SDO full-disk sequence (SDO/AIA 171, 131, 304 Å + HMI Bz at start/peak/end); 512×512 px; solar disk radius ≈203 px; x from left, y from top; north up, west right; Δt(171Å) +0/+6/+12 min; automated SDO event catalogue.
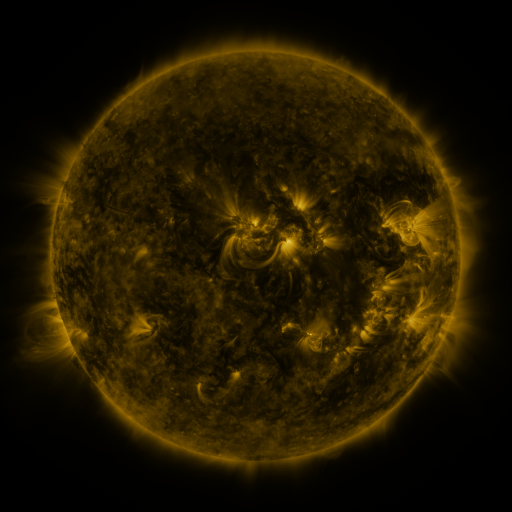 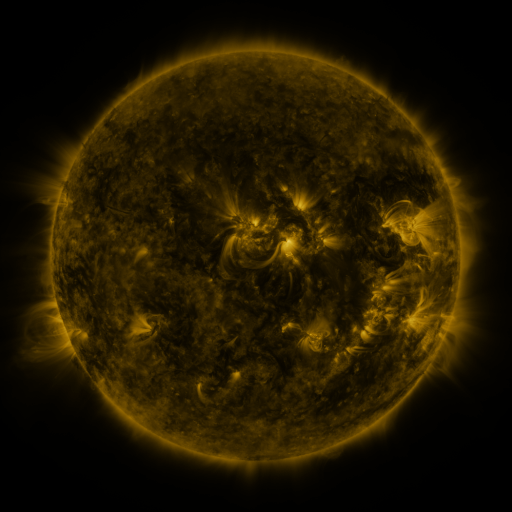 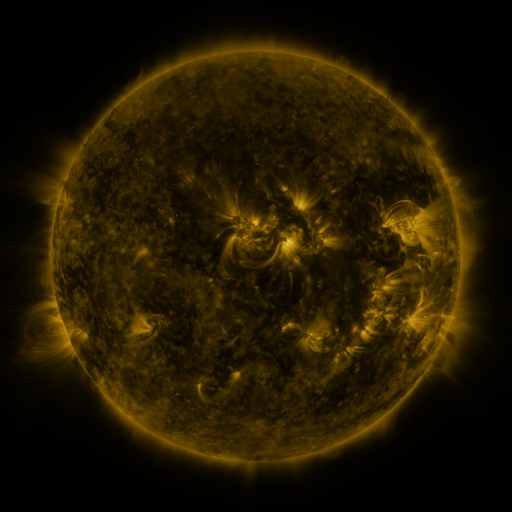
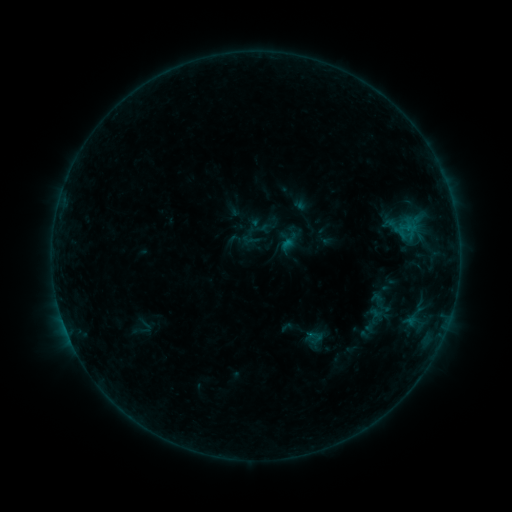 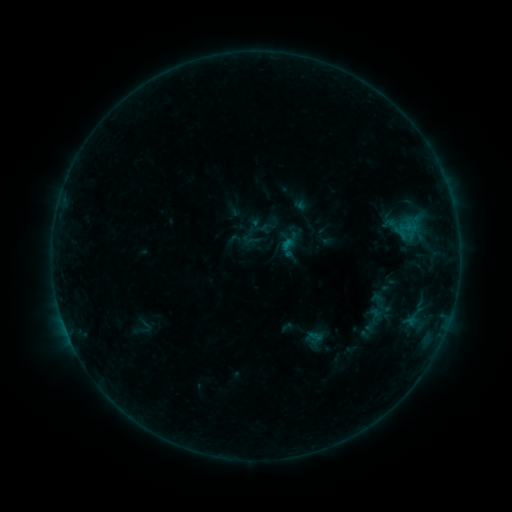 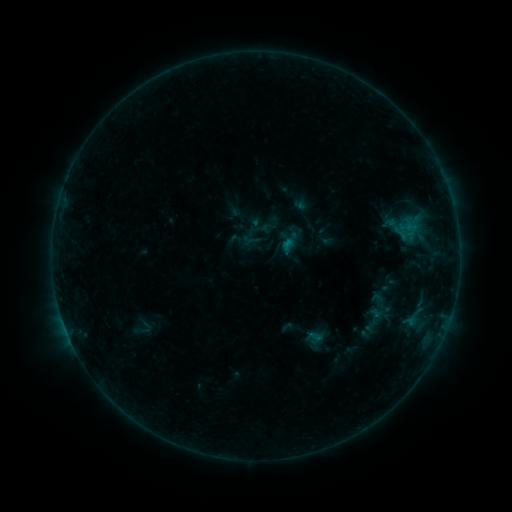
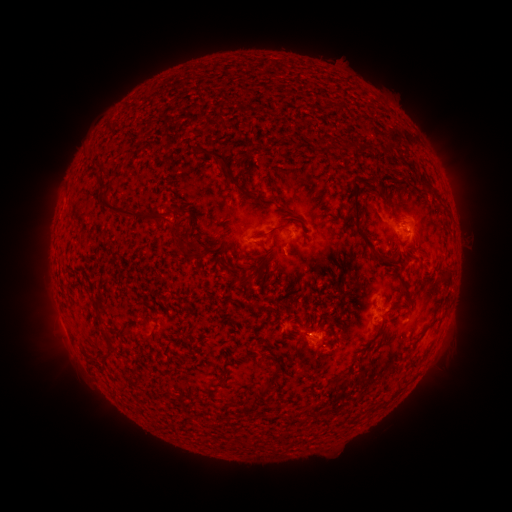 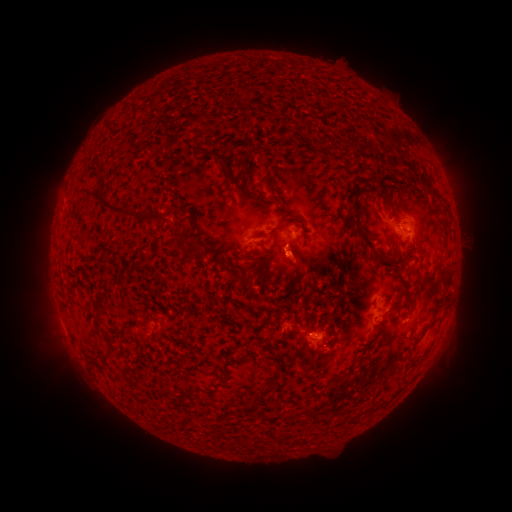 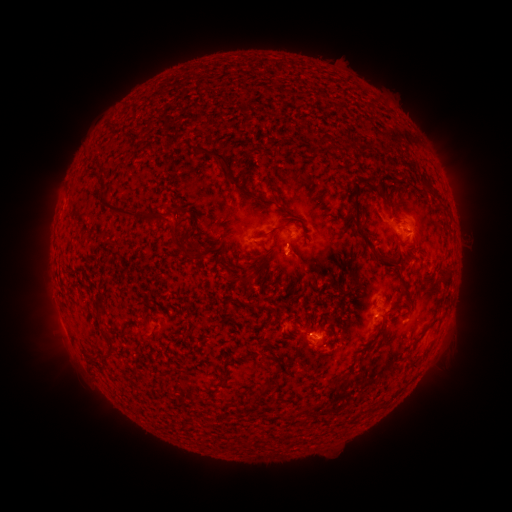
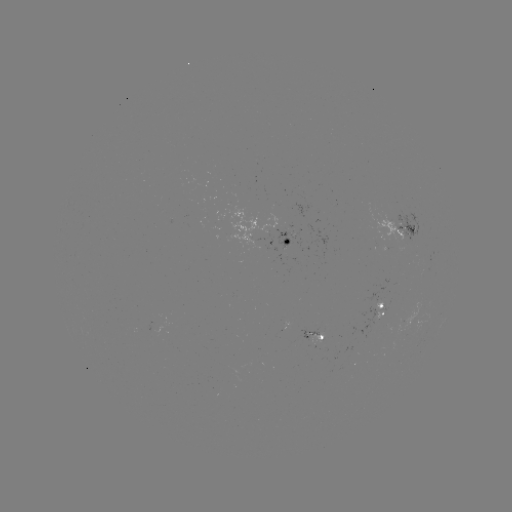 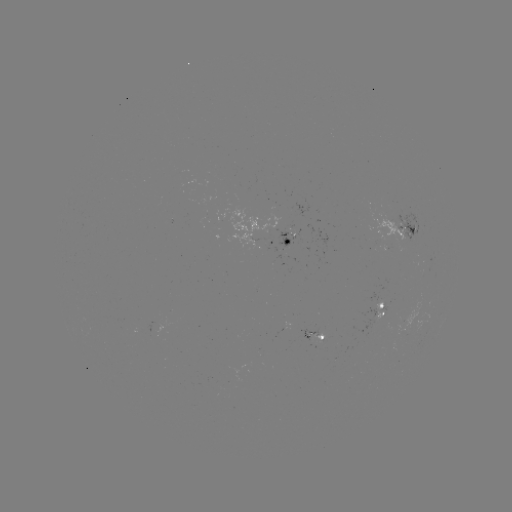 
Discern eruption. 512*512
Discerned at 299,261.